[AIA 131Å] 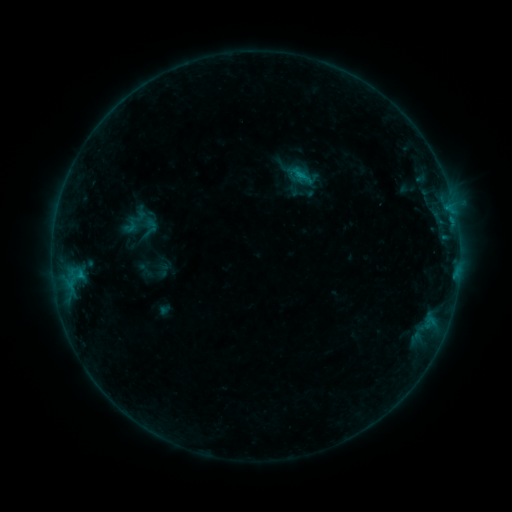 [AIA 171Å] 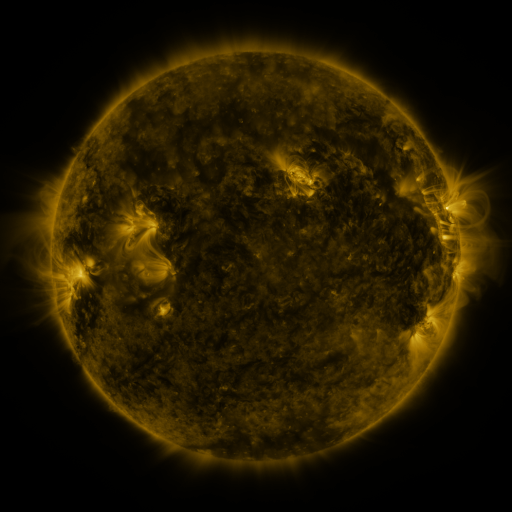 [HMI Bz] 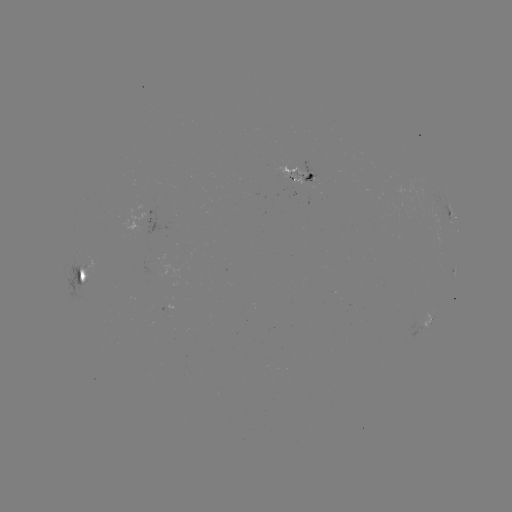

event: sigmoid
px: (138, 217)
